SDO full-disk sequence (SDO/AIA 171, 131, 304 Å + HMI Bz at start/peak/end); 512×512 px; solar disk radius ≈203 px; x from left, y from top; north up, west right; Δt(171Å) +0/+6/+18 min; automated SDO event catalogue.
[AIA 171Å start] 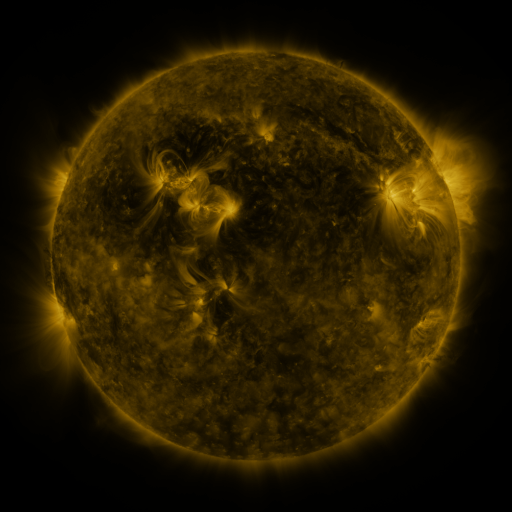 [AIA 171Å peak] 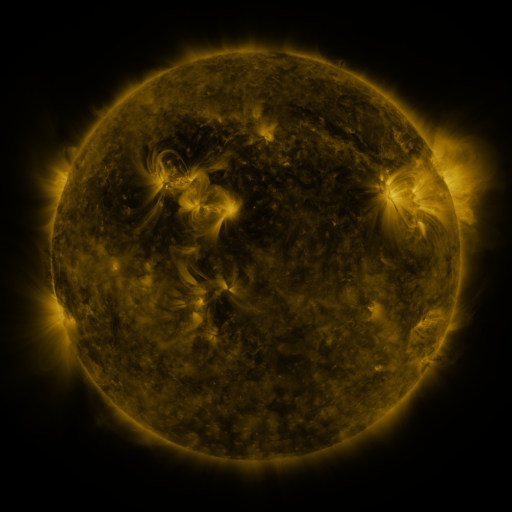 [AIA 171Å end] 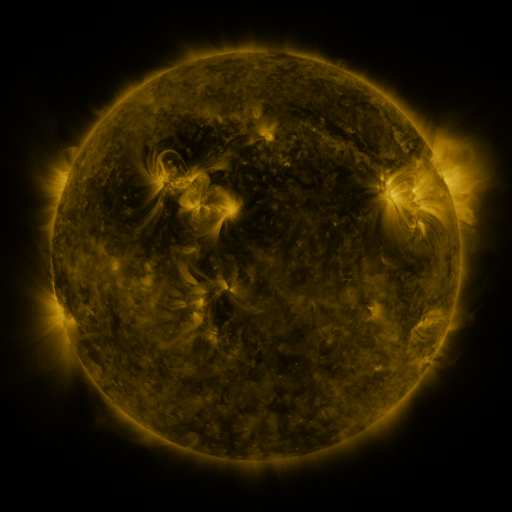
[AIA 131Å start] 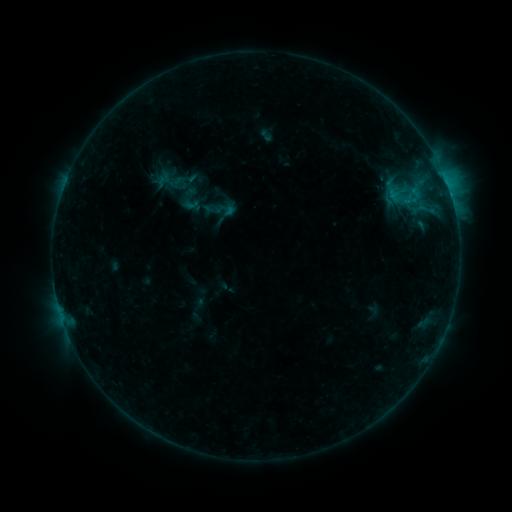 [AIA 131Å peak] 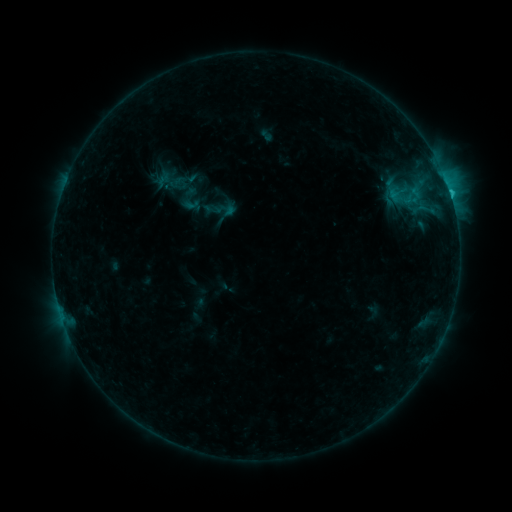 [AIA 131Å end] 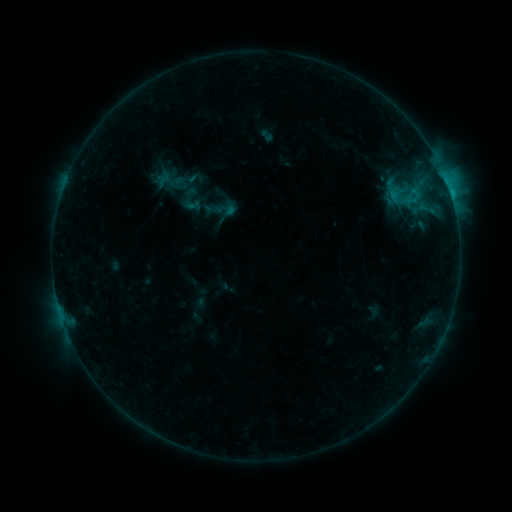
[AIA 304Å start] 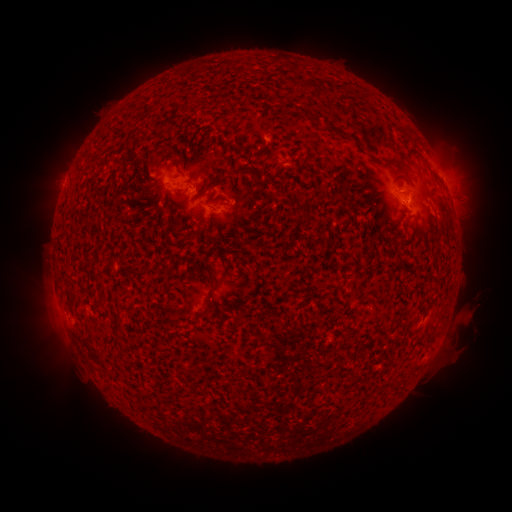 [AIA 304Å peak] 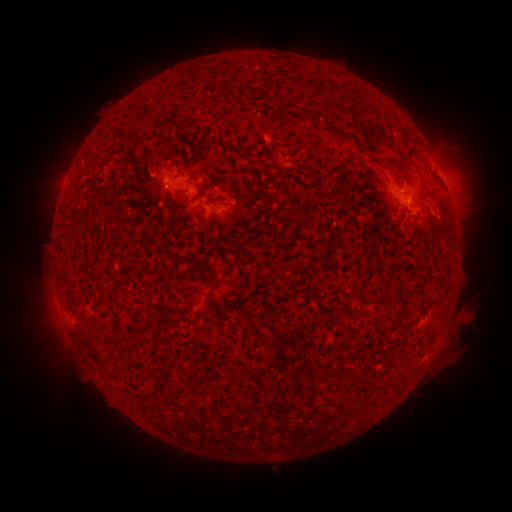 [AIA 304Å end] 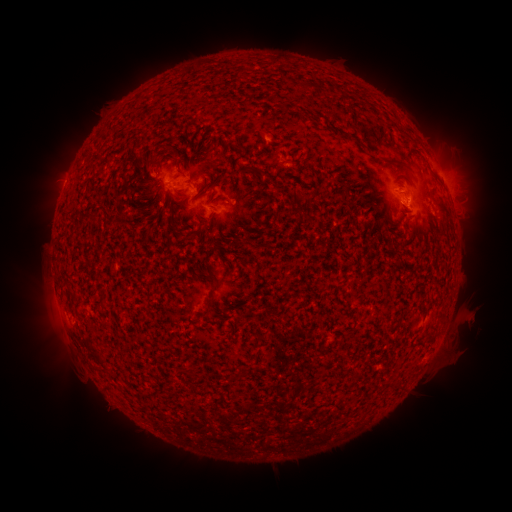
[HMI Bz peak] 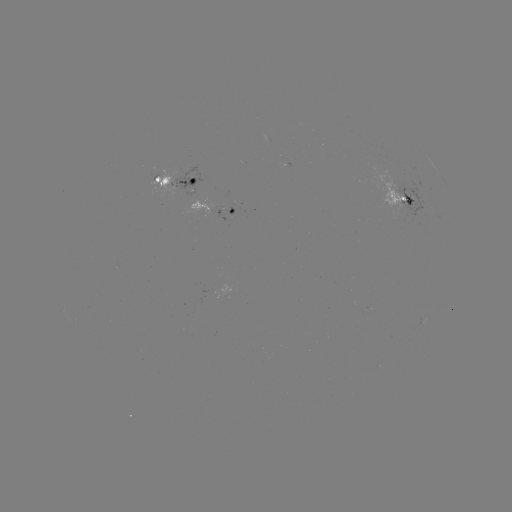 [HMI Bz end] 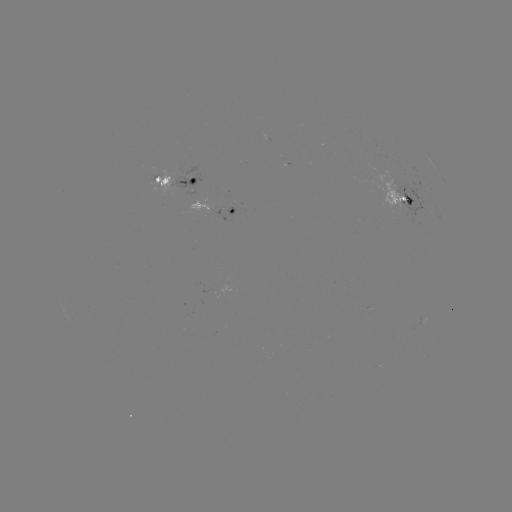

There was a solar flare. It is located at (448, 192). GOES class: C1.4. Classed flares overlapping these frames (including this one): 1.